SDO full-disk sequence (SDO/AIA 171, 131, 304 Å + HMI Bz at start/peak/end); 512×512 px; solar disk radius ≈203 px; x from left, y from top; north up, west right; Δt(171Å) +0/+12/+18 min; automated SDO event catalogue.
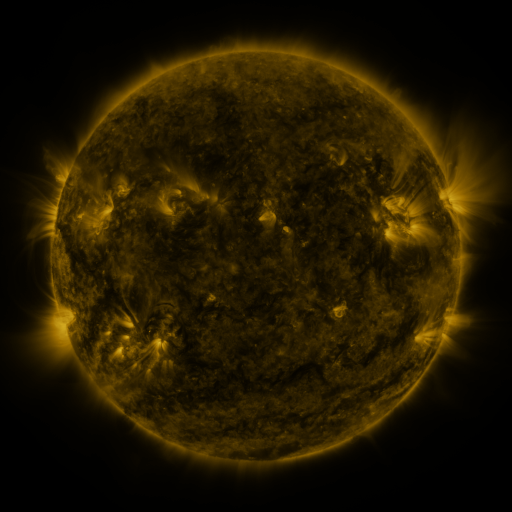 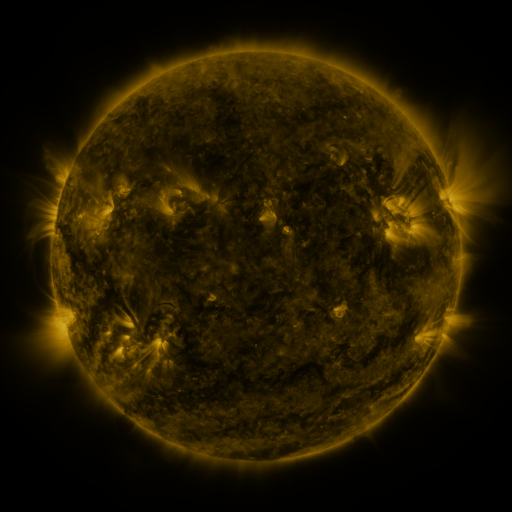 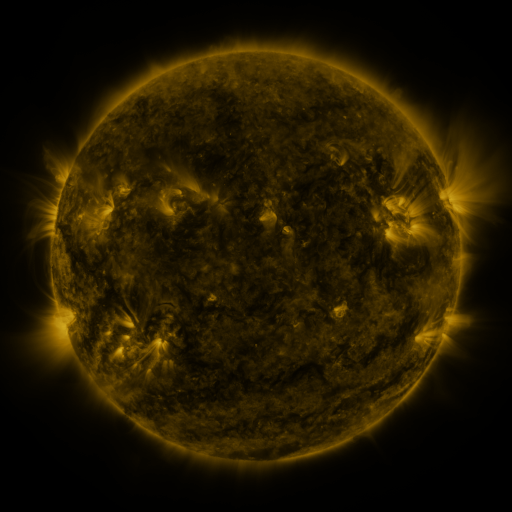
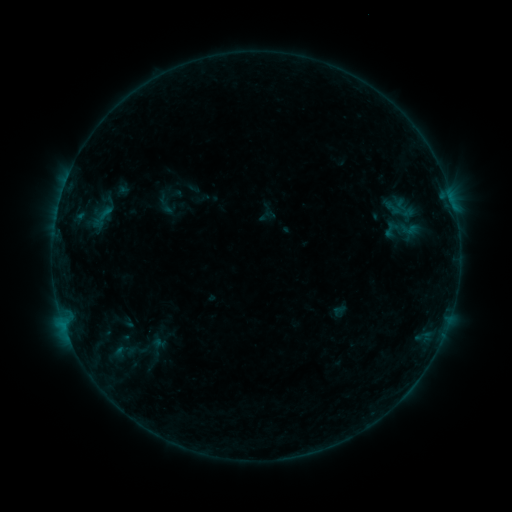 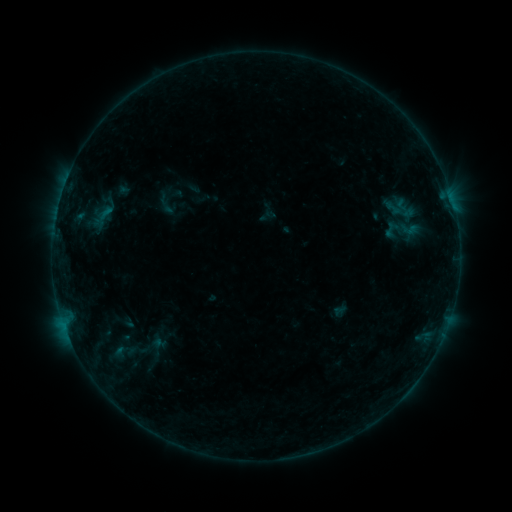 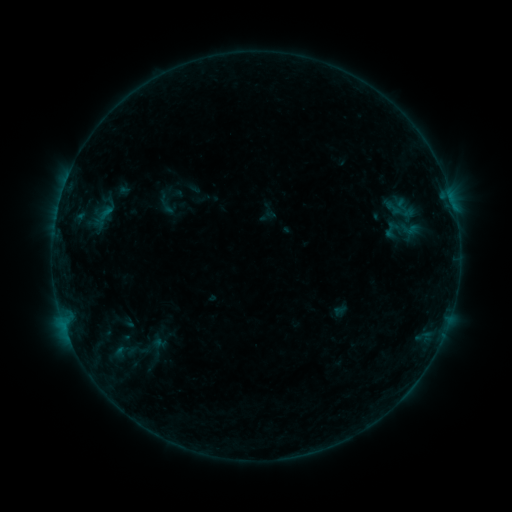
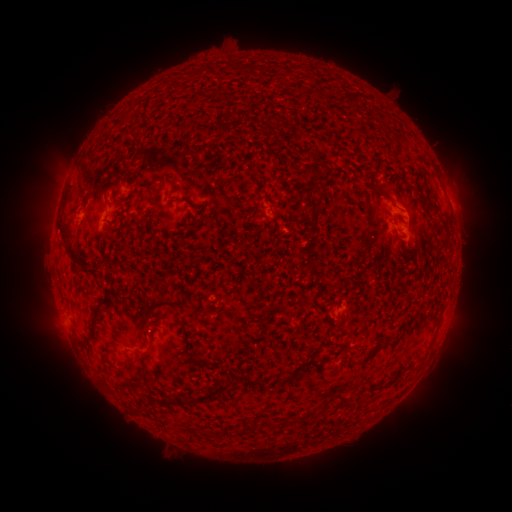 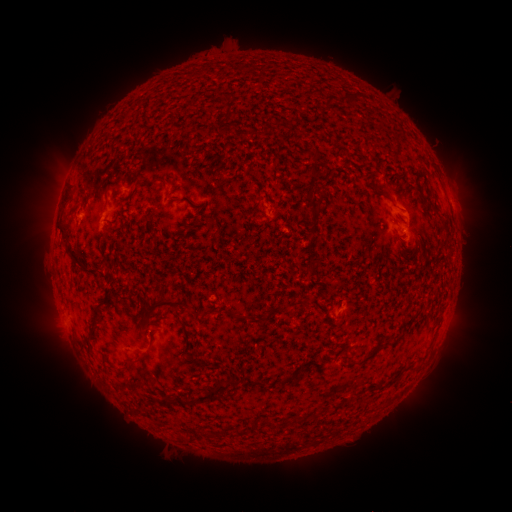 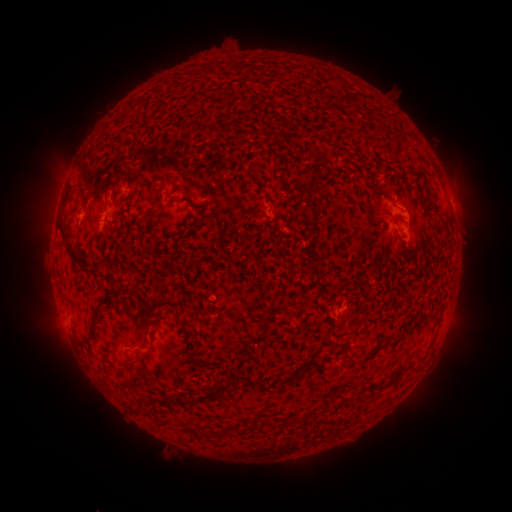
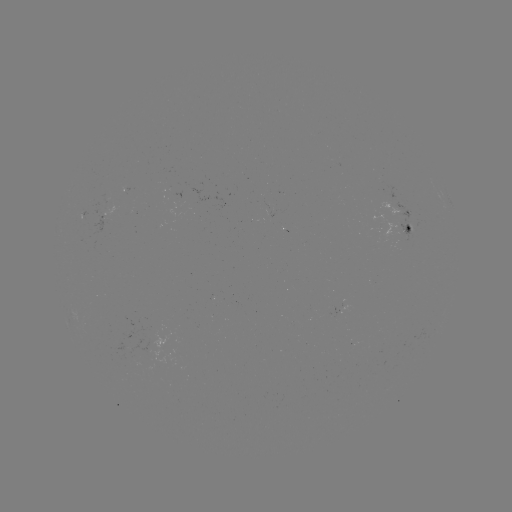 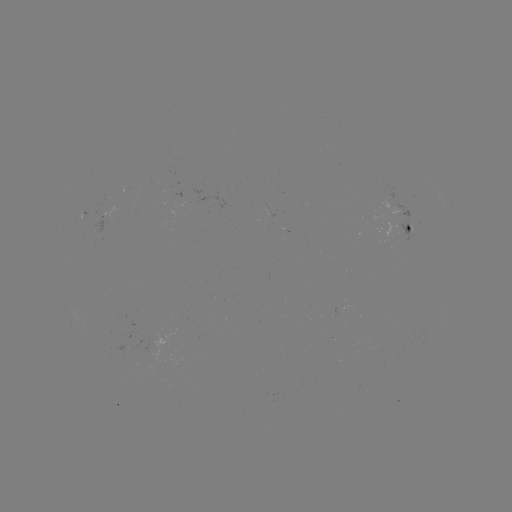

no catalogued flare and no flagged EUV brightening in this window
